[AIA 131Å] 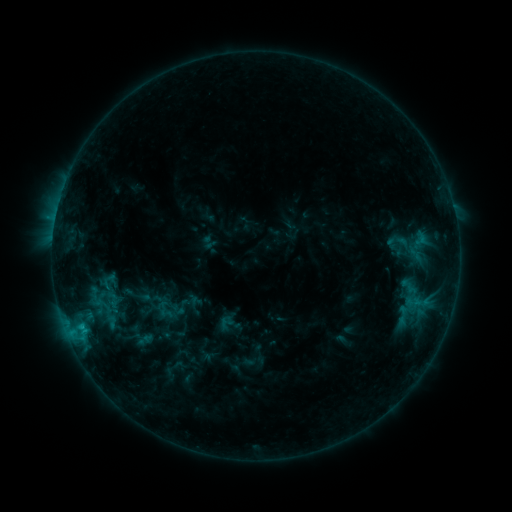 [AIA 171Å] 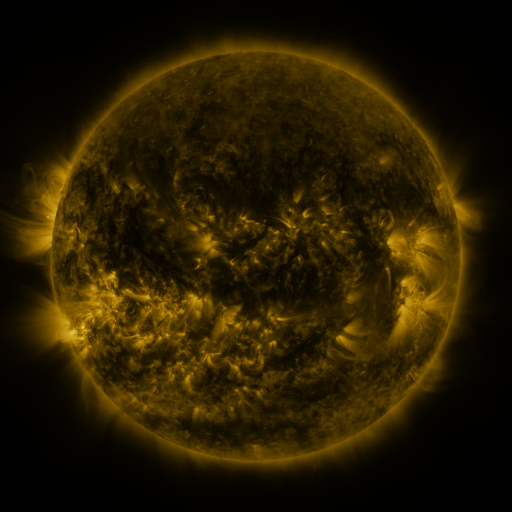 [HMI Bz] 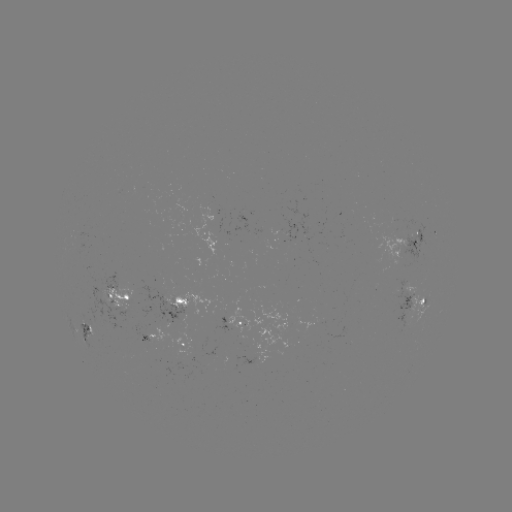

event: sigmoid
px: (112, 299)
